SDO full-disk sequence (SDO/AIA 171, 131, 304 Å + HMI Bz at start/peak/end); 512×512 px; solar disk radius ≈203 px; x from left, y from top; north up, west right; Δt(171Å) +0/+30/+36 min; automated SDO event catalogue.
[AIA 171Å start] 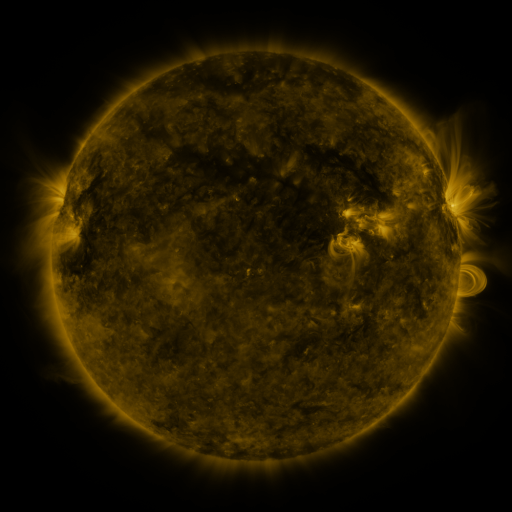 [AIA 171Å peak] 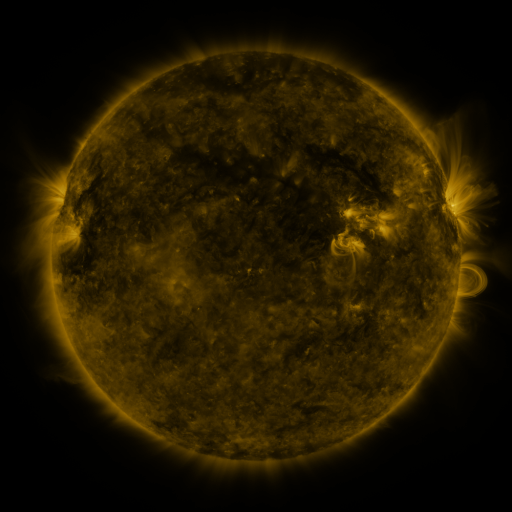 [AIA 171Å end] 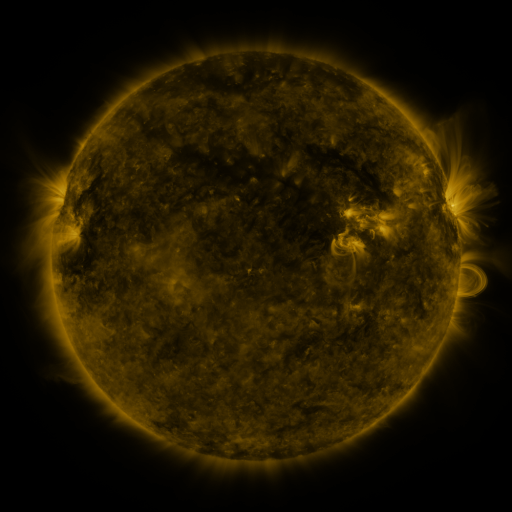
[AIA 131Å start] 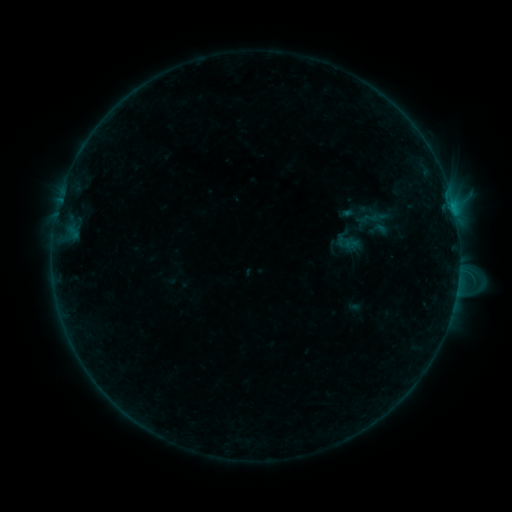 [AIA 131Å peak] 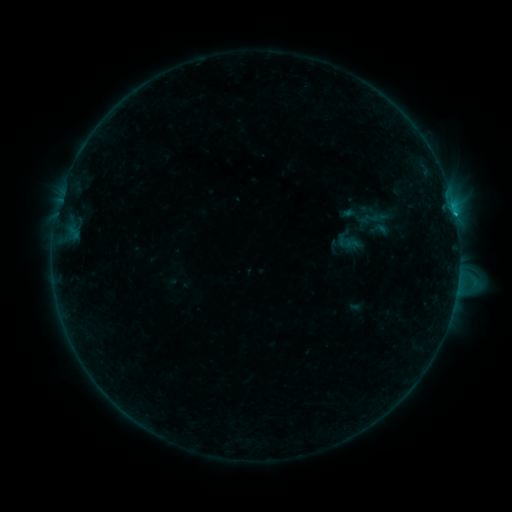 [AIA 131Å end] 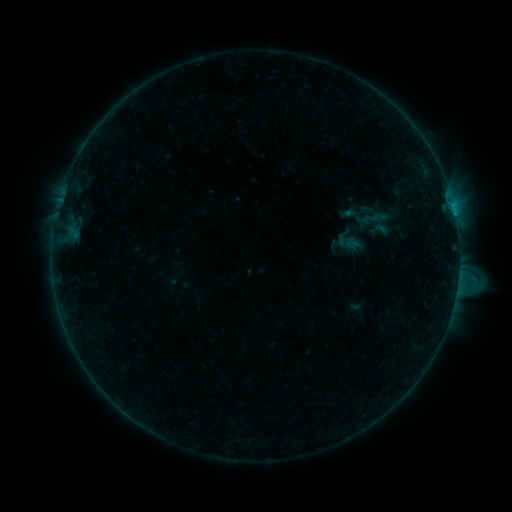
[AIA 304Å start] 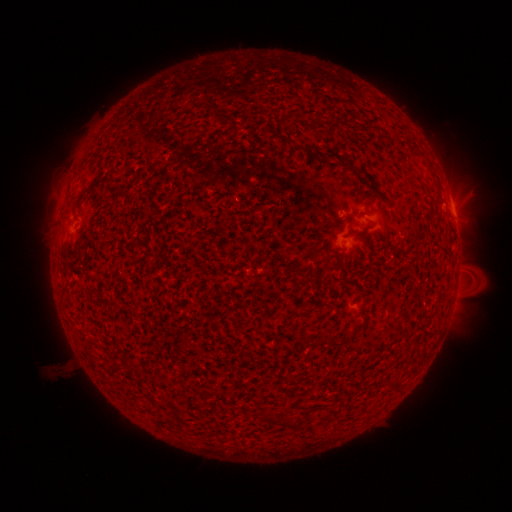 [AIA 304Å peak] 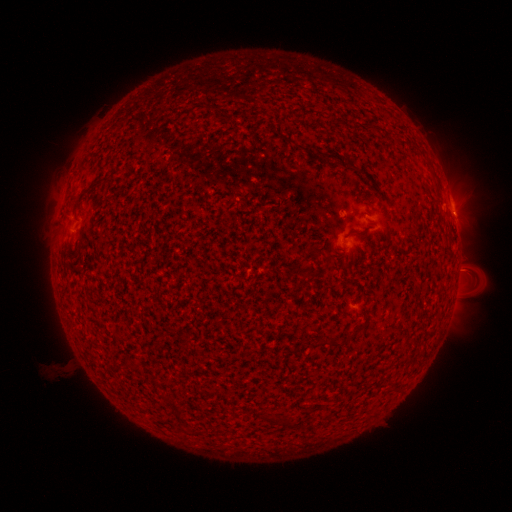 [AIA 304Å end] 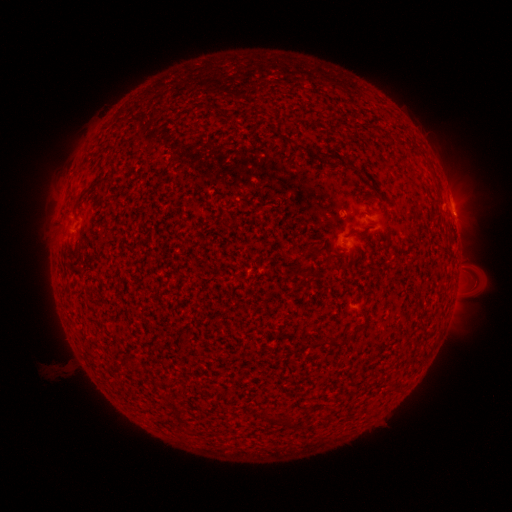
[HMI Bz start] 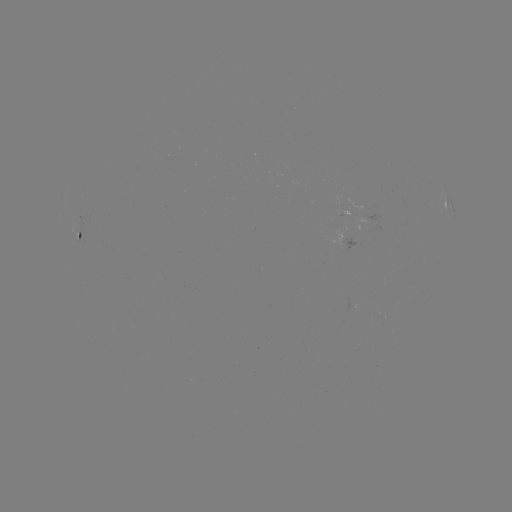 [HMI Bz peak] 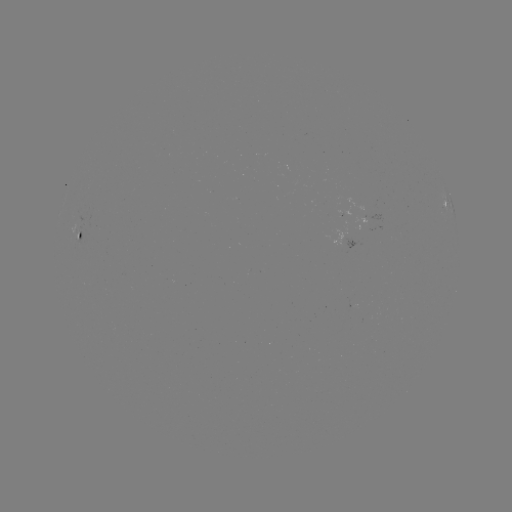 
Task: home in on B9.8 flare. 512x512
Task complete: [455, 218].